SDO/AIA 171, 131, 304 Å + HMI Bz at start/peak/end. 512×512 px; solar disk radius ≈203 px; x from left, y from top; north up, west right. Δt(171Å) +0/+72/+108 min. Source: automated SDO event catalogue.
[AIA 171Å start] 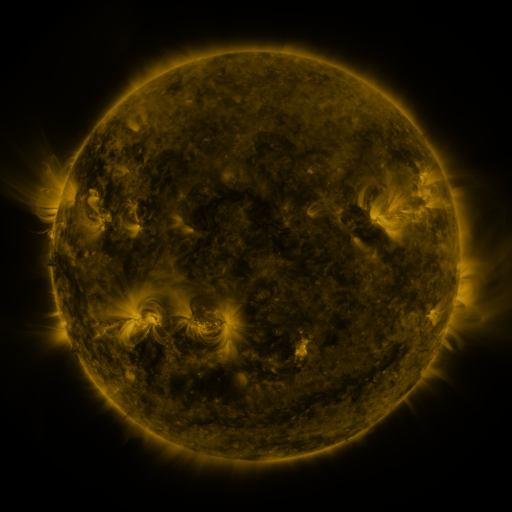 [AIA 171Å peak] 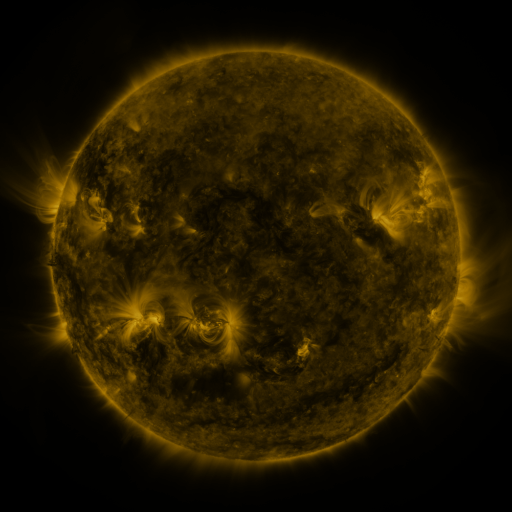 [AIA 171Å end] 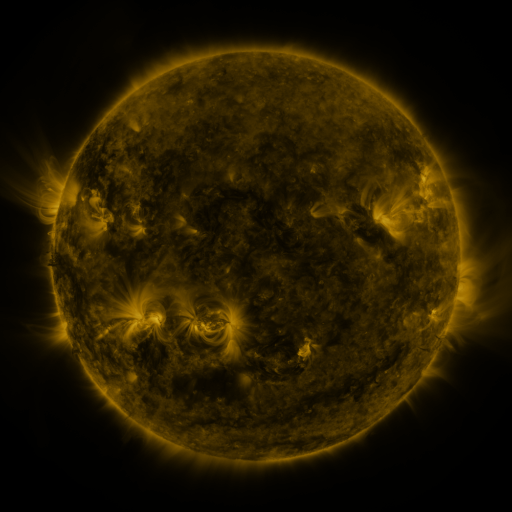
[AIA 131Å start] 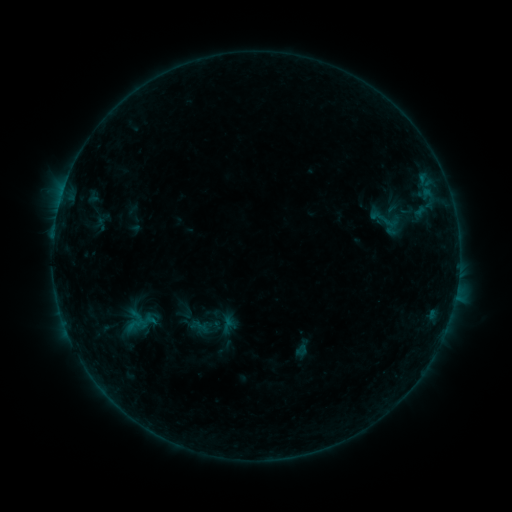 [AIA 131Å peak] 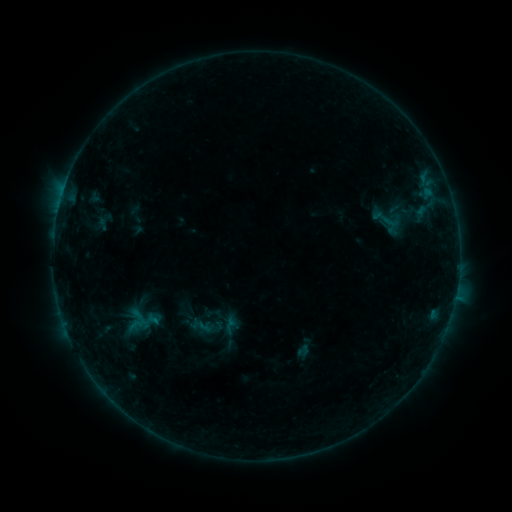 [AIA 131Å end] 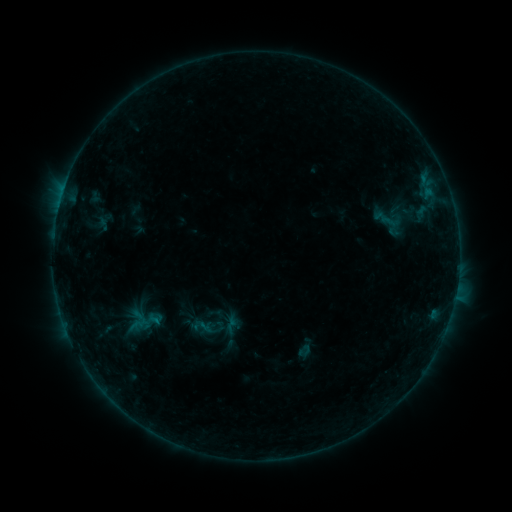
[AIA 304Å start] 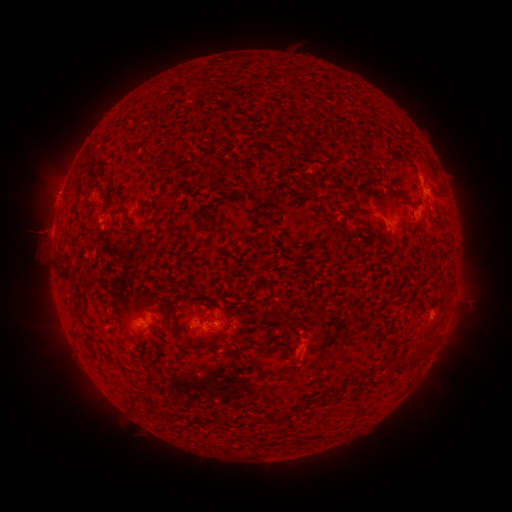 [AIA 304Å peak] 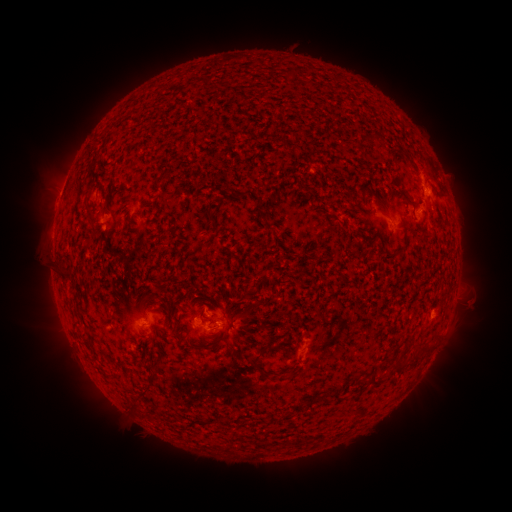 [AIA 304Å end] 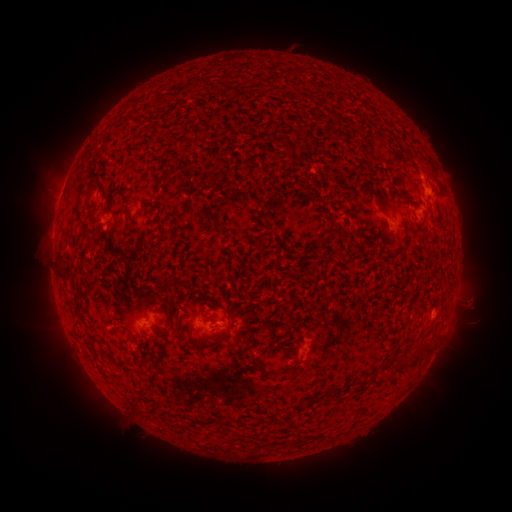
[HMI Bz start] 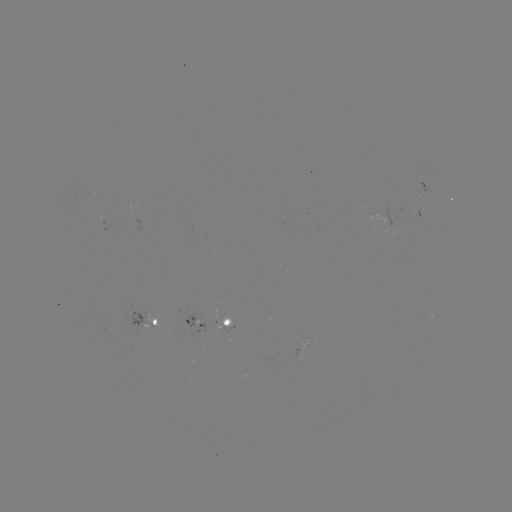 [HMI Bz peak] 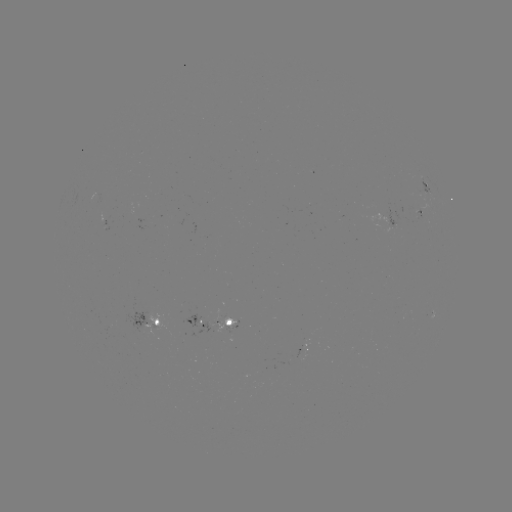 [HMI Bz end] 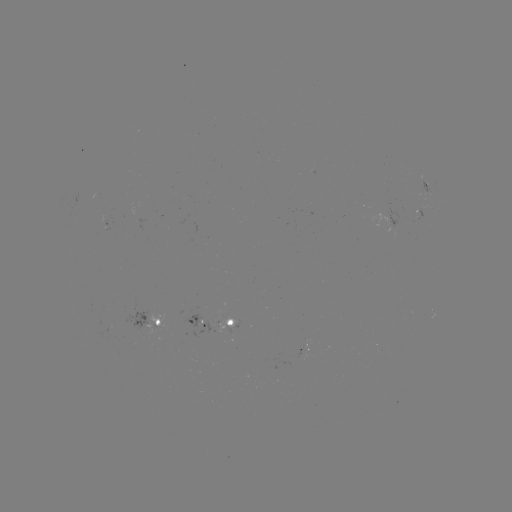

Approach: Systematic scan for emerging-flux region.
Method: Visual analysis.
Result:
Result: emerging-flux region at [394, 223].